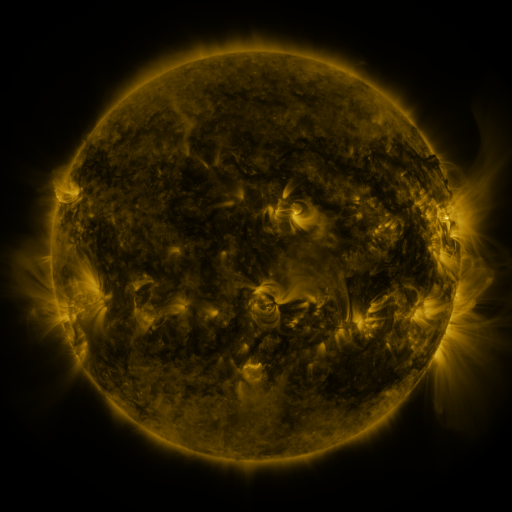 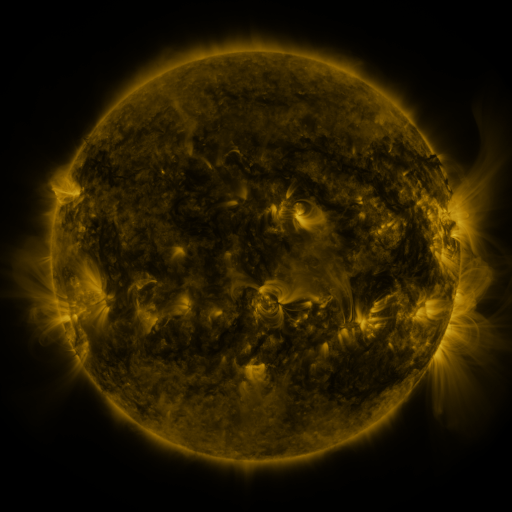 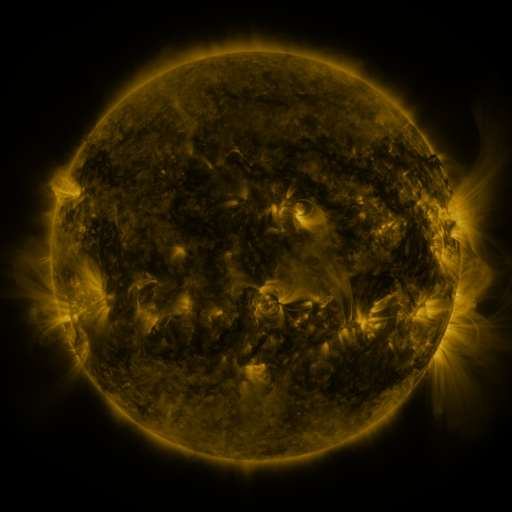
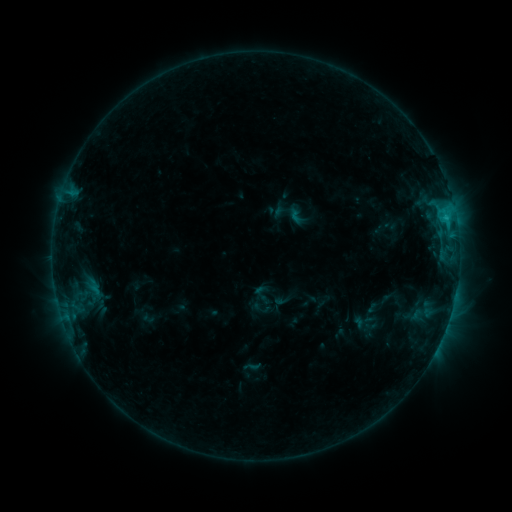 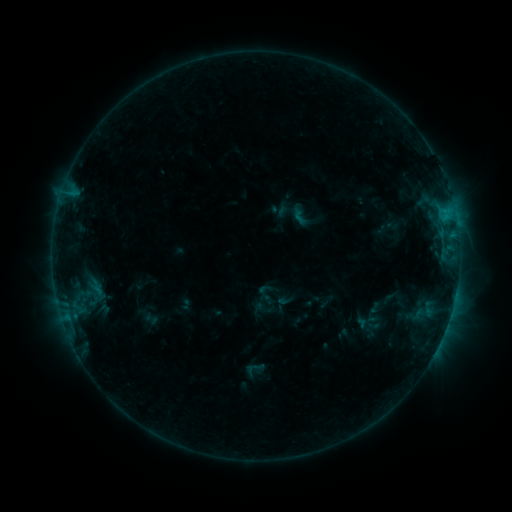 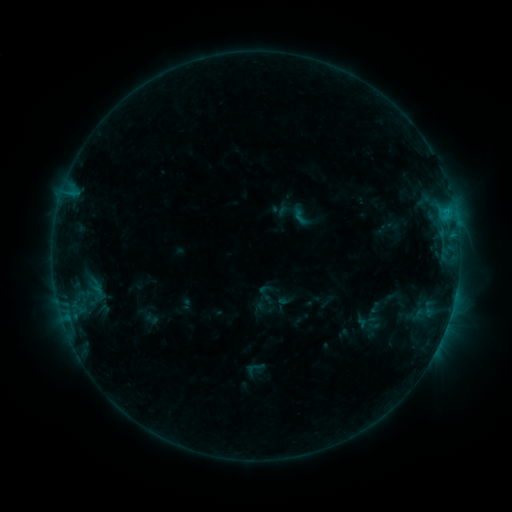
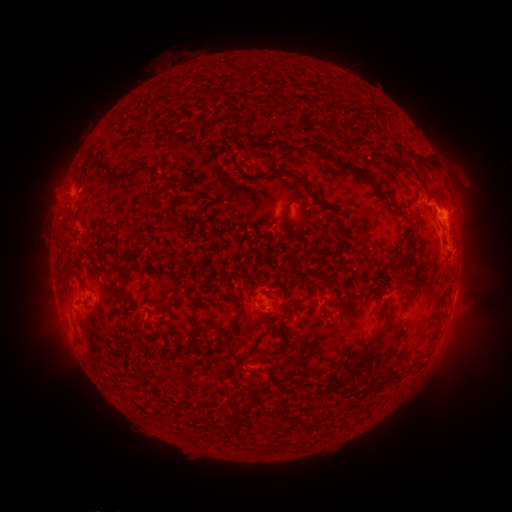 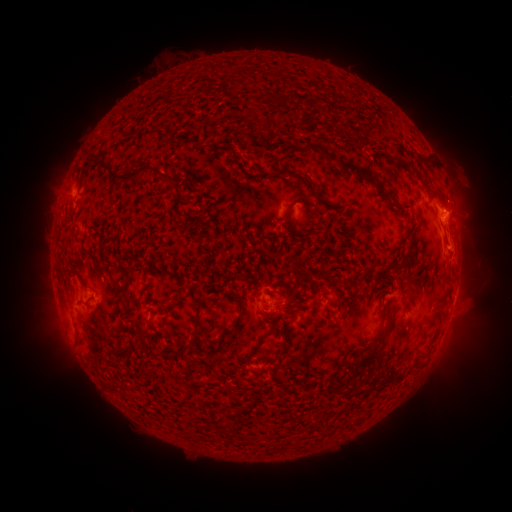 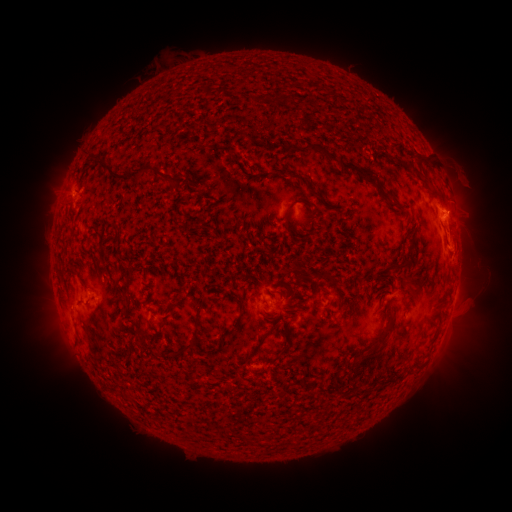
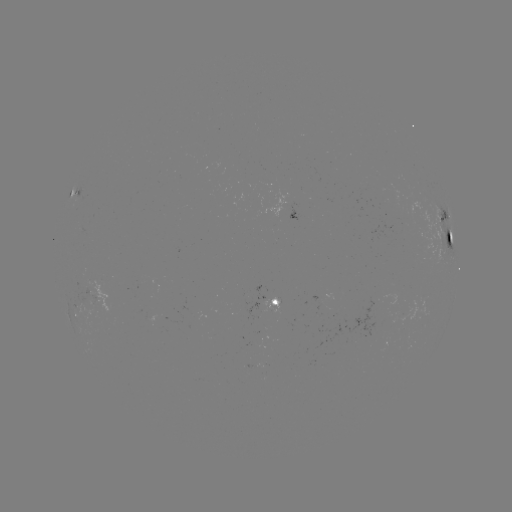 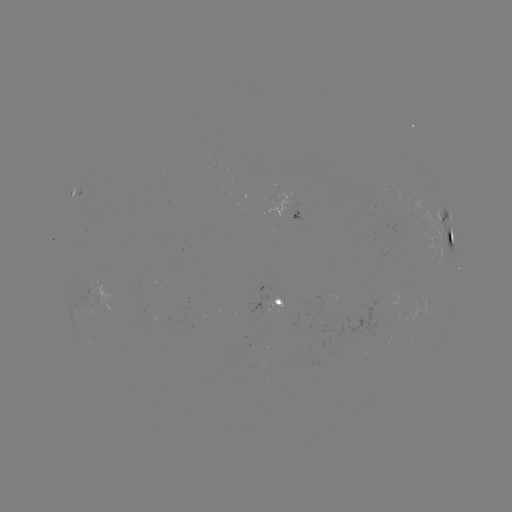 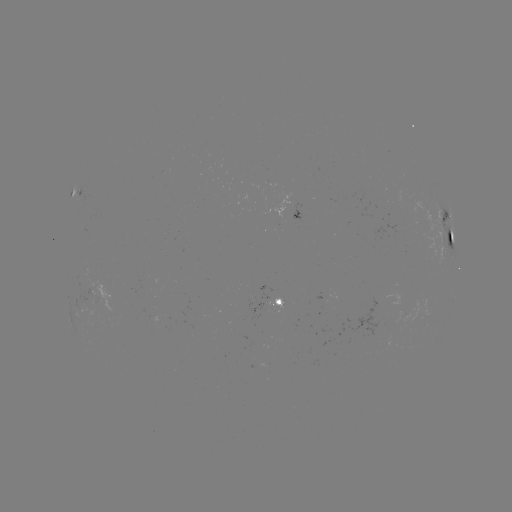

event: emerging-flux region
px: (272, 300)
